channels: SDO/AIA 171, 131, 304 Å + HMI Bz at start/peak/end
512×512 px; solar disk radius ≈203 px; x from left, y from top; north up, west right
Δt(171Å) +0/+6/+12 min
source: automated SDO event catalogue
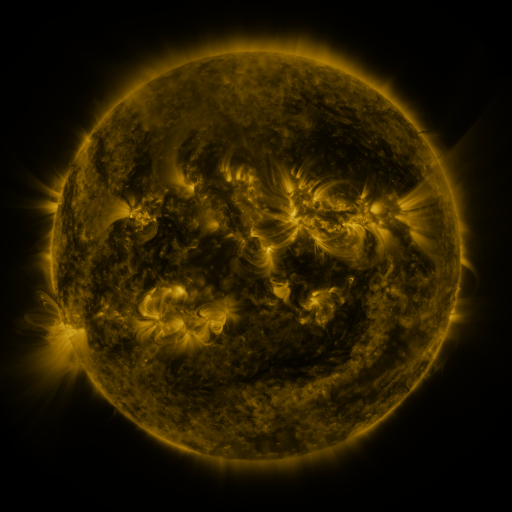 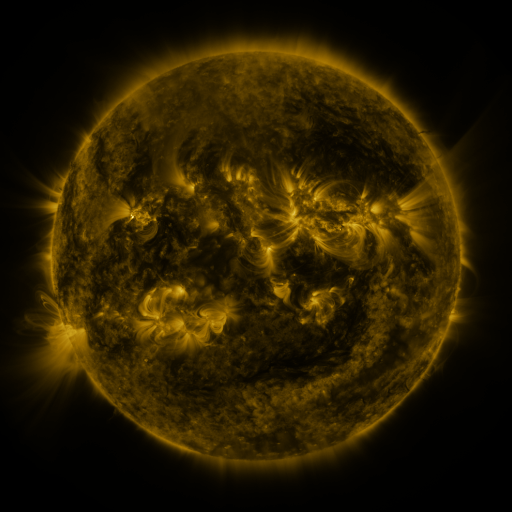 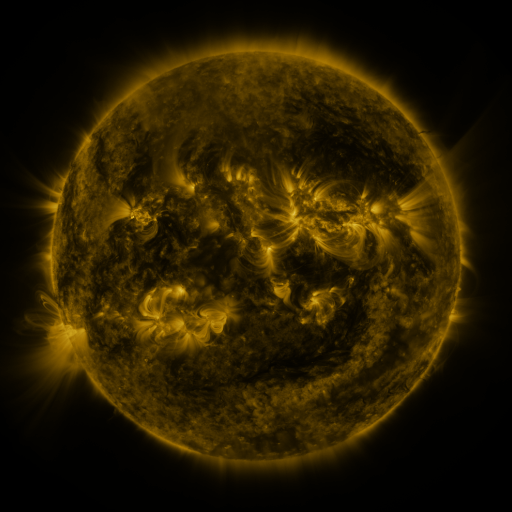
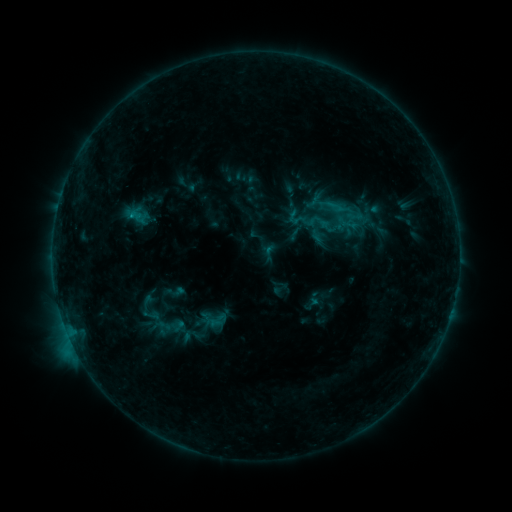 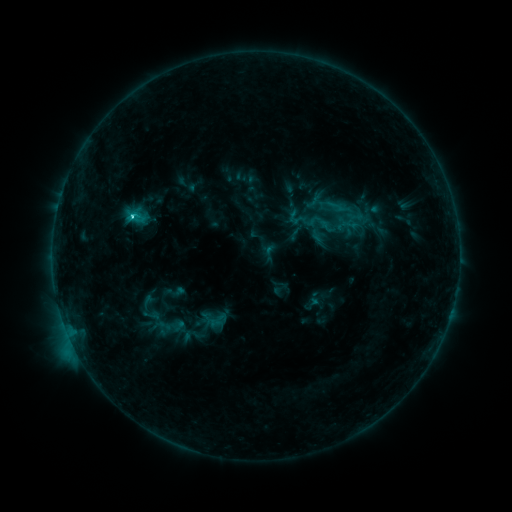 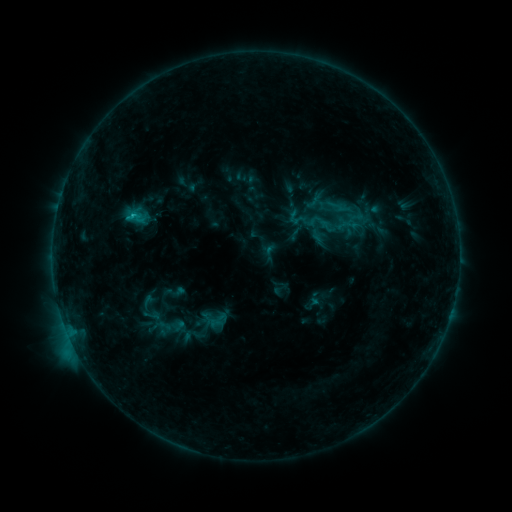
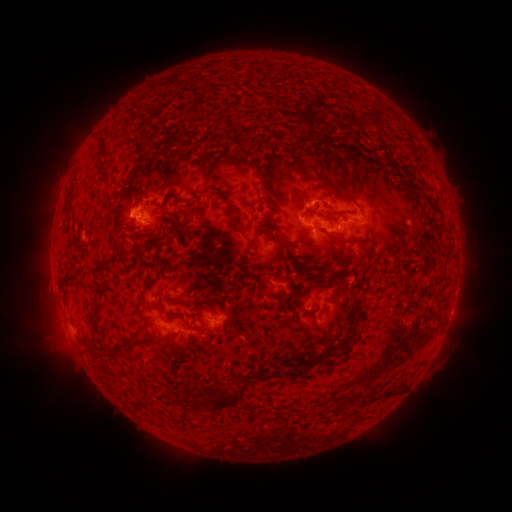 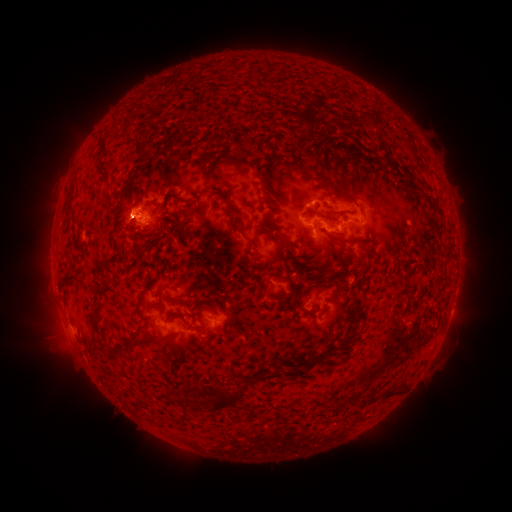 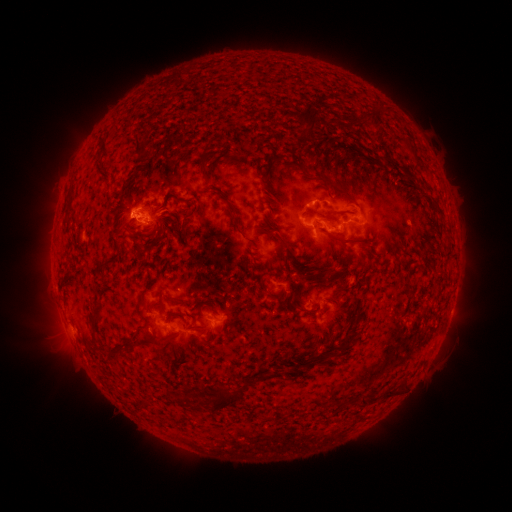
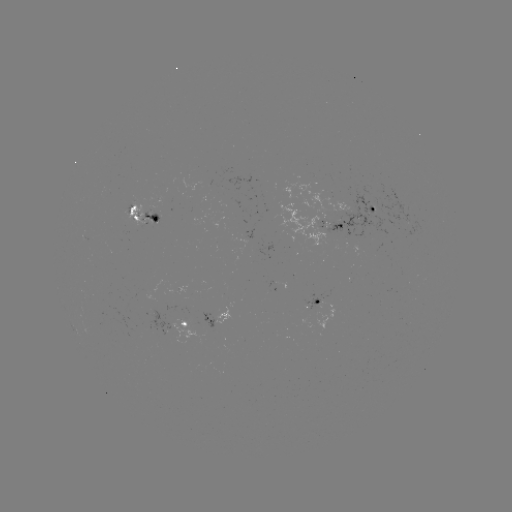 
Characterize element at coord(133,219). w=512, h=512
C3.5 flare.